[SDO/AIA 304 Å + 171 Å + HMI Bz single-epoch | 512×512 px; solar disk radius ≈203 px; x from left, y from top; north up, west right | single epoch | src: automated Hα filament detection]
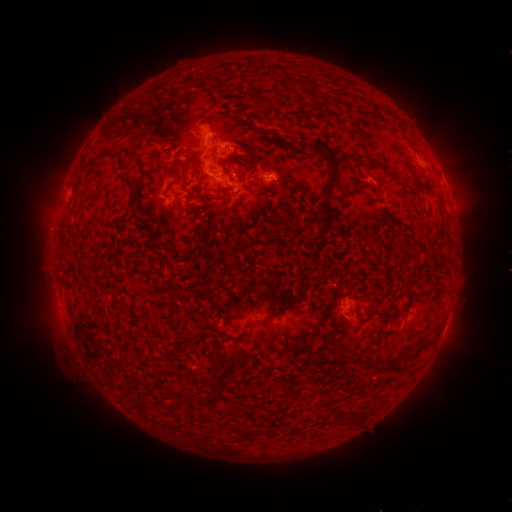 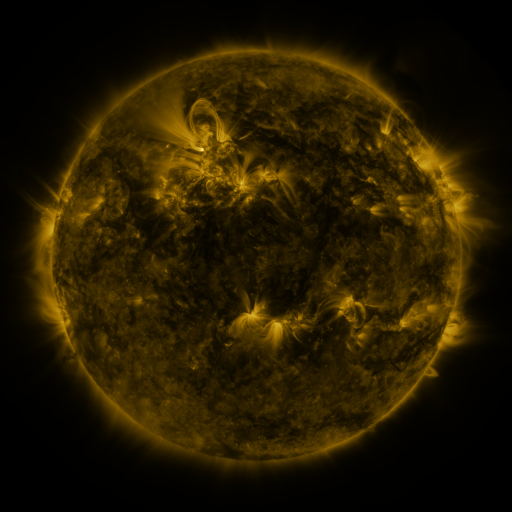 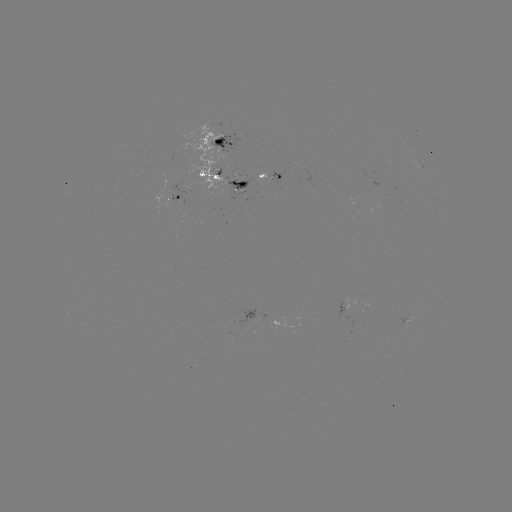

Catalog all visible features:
filament: (254, 90, 263, 104)
filament: (207, 118, 216, 132)
filament: (311, 140, 342, 210)
filament: (88, 151, 105, 166)
filament: (369, 158, 389, 173)
filament: (170, 165, 181, 172)
filament: (237, 179, 249, 188)
filament: (189, 208, 202, 220)
filament: (376, 360, 403, 374)
